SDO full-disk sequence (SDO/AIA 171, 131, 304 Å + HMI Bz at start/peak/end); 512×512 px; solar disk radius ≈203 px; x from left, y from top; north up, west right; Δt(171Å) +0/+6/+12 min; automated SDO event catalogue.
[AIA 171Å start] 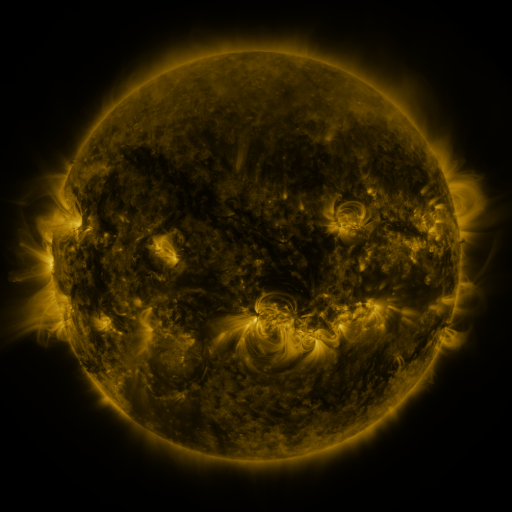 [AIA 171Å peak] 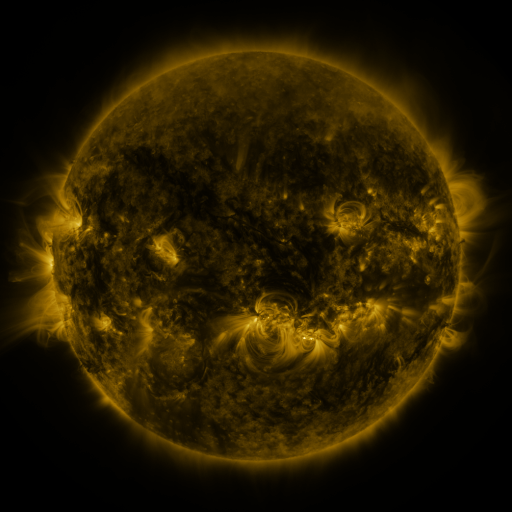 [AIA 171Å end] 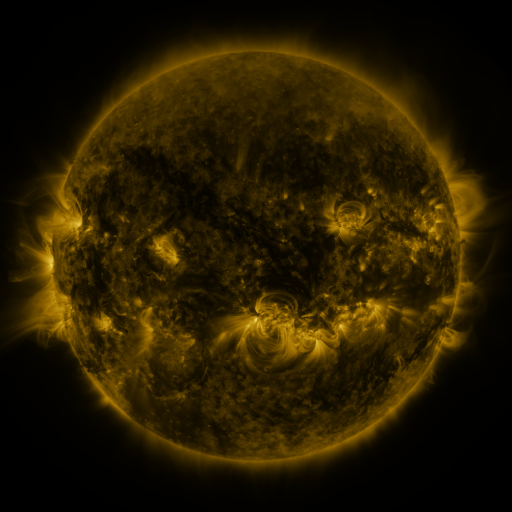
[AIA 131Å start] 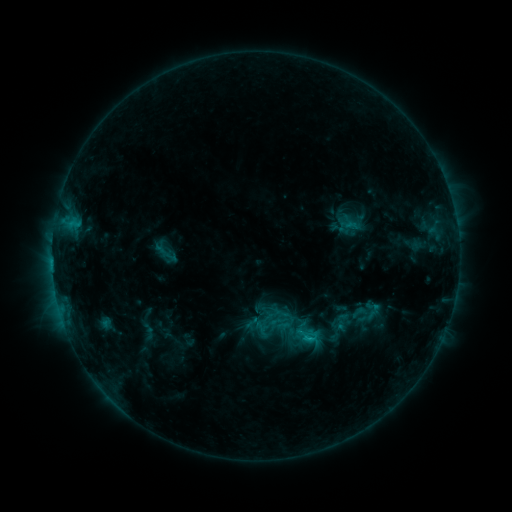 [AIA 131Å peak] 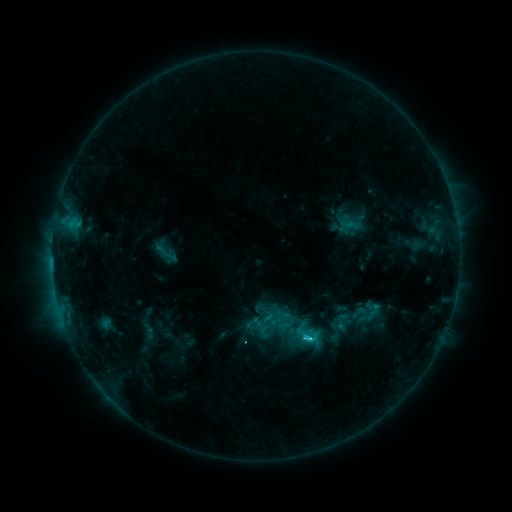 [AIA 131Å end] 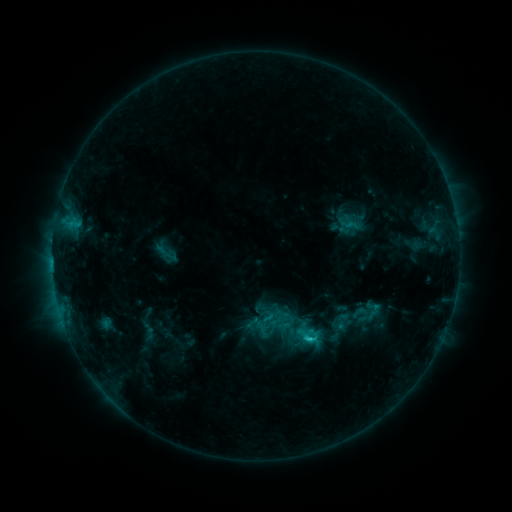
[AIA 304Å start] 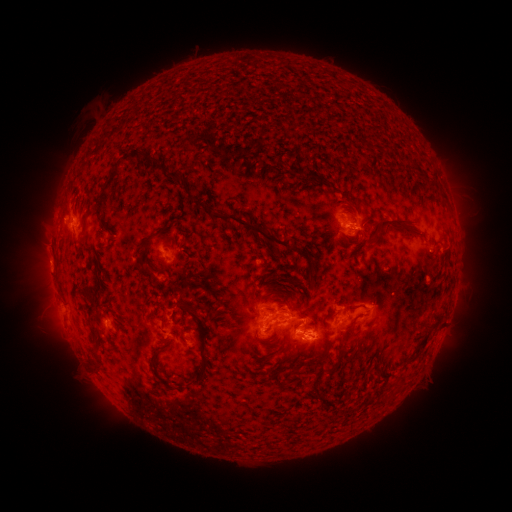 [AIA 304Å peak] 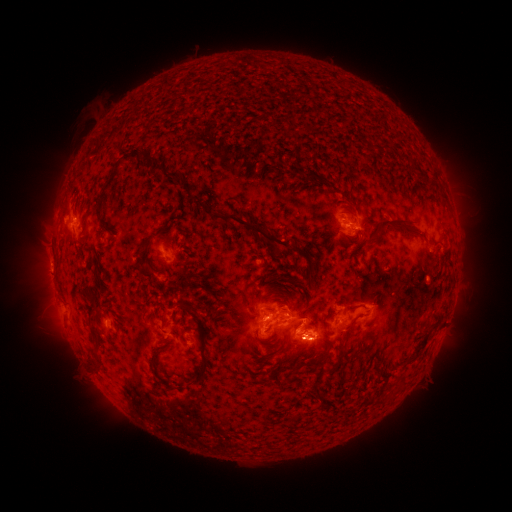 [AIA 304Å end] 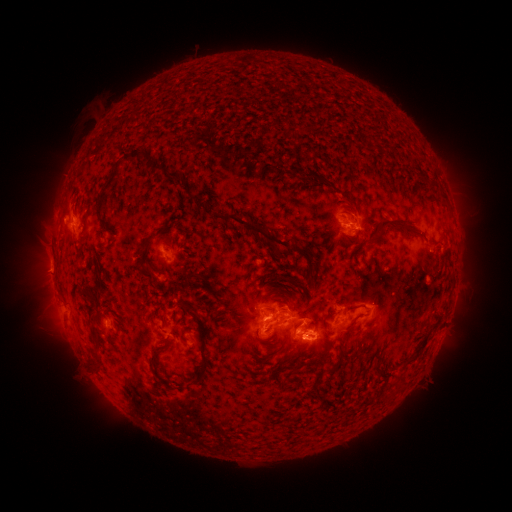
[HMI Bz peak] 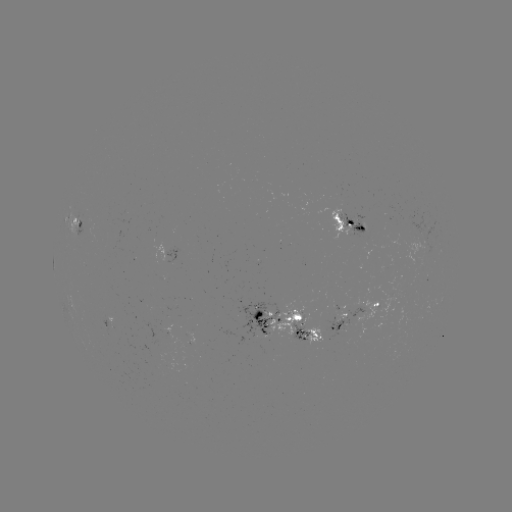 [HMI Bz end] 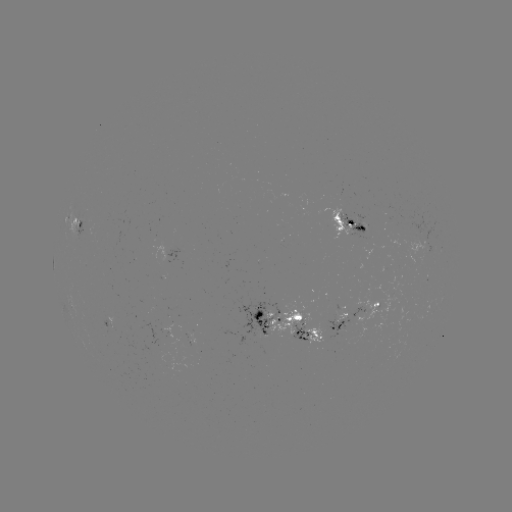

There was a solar flare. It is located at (306, 337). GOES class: C2.4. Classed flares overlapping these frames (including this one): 1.